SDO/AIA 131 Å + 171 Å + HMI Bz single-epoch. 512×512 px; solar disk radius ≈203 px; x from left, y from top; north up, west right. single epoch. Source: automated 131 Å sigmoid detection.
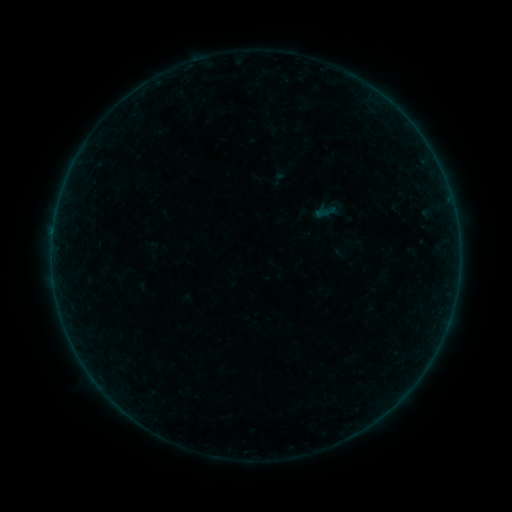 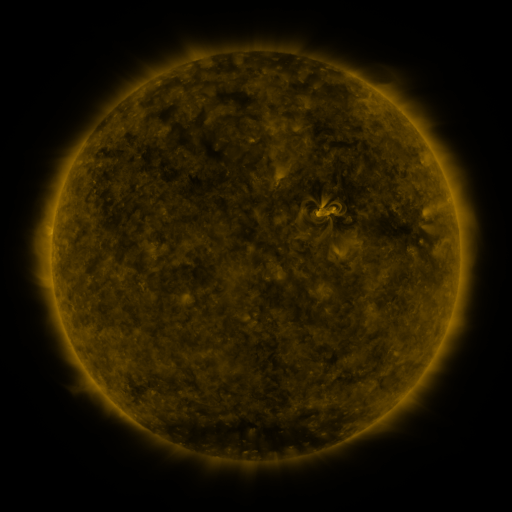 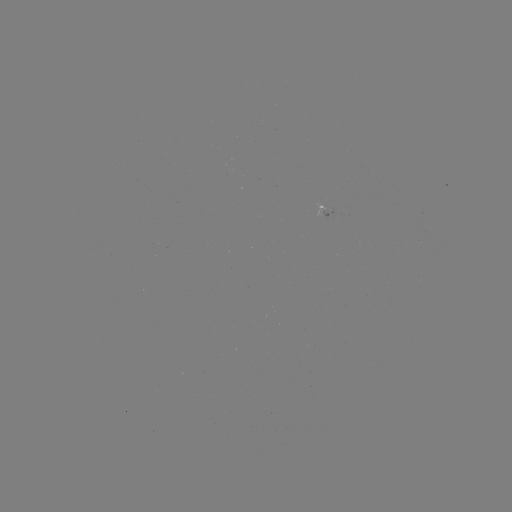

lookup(sigmoid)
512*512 [328, 211]